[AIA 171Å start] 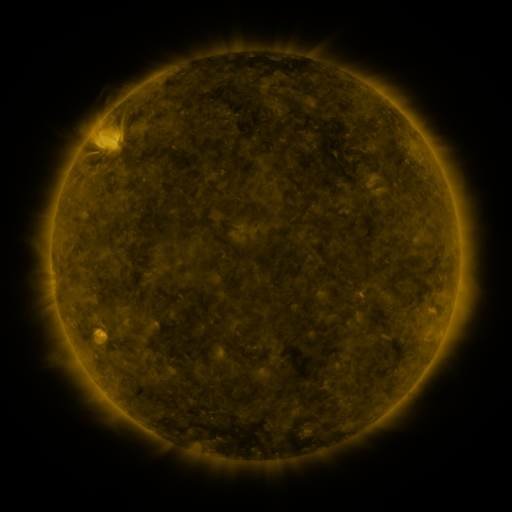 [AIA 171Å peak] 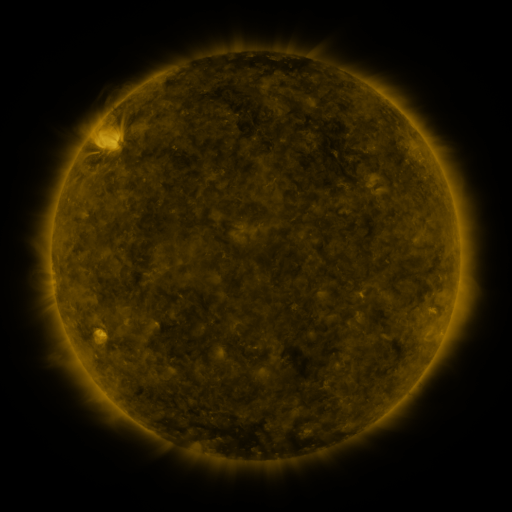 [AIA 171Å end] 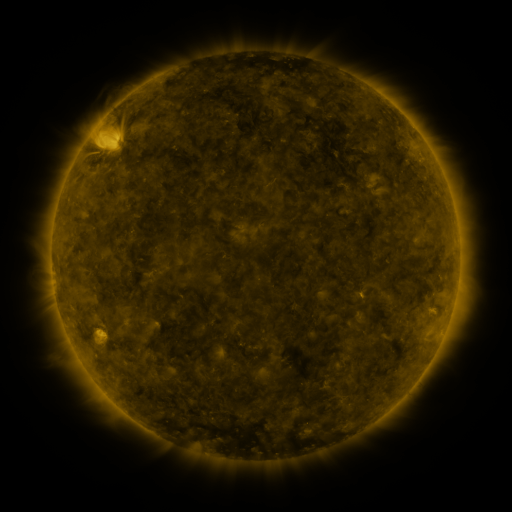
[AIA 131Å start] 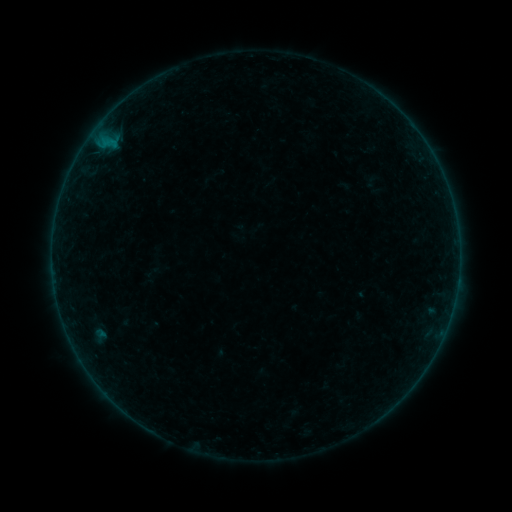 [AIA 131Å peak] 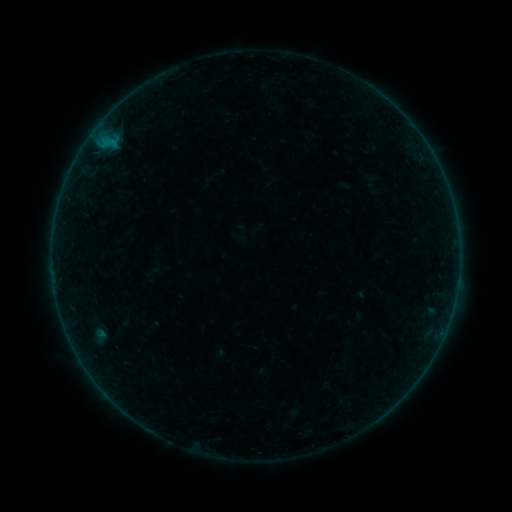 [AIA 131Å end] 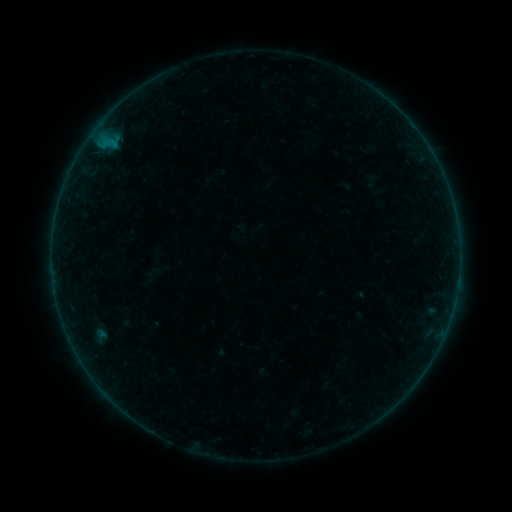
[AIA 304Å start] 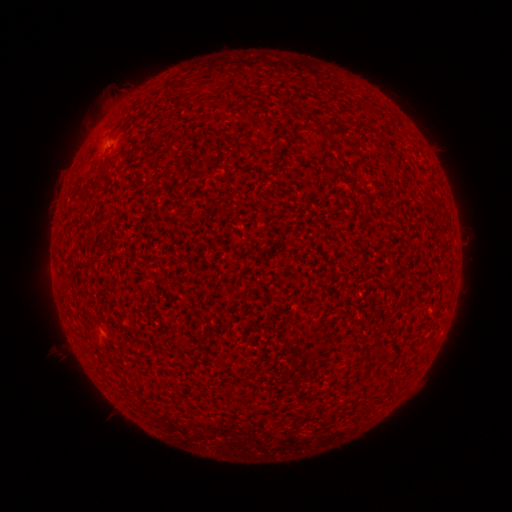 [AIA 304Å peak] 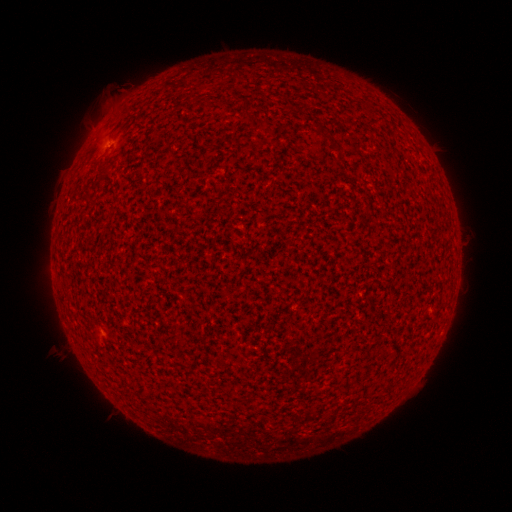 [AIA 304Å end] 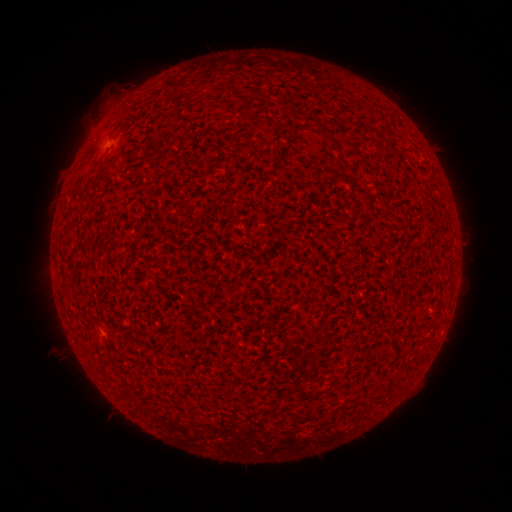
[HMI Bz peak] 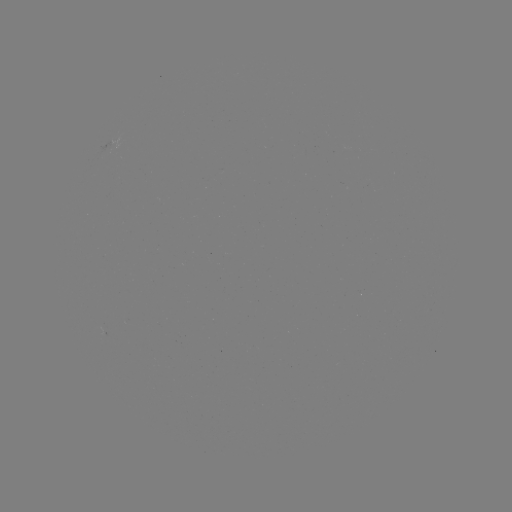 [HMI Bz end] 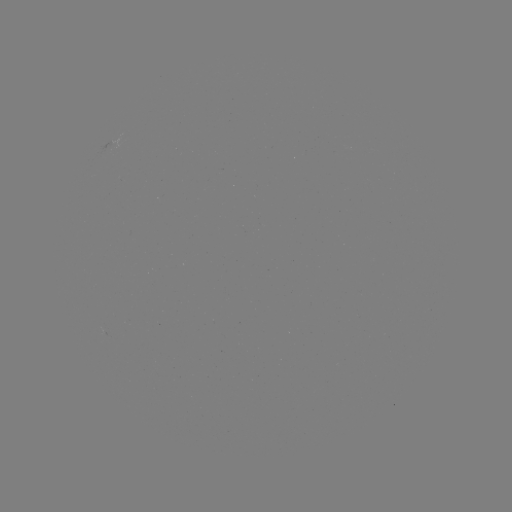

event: flare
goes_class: A2.4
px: (109, 144)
